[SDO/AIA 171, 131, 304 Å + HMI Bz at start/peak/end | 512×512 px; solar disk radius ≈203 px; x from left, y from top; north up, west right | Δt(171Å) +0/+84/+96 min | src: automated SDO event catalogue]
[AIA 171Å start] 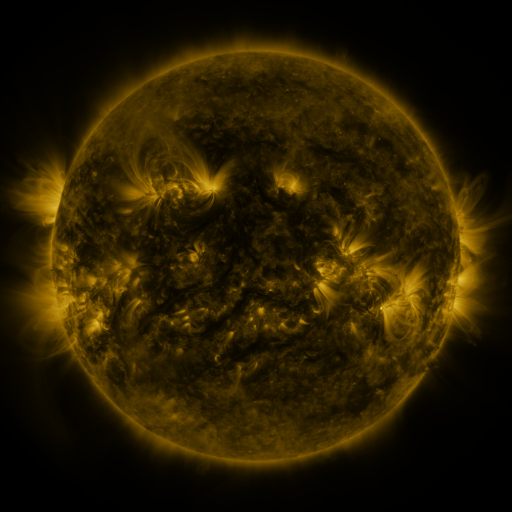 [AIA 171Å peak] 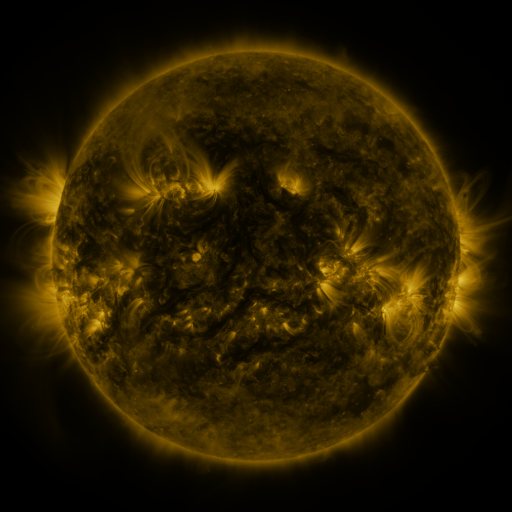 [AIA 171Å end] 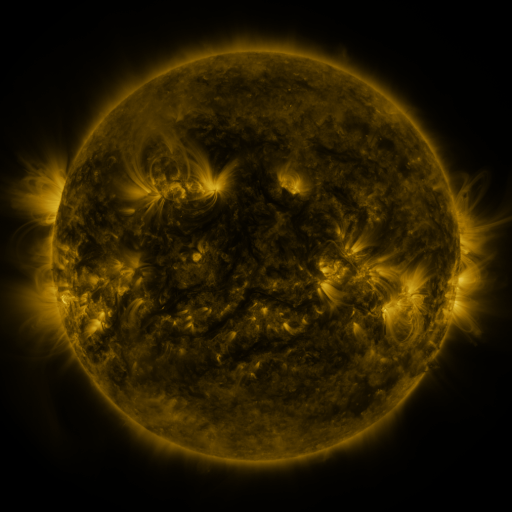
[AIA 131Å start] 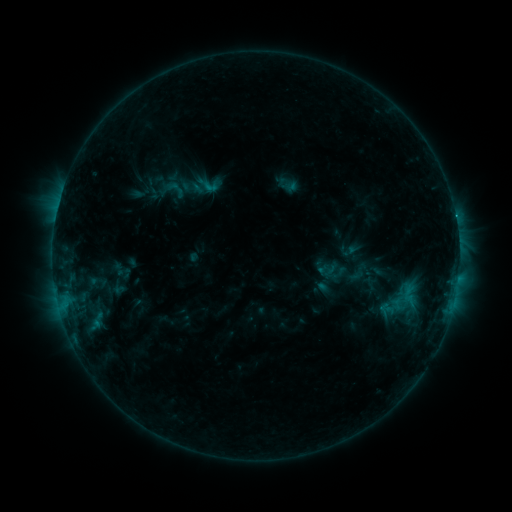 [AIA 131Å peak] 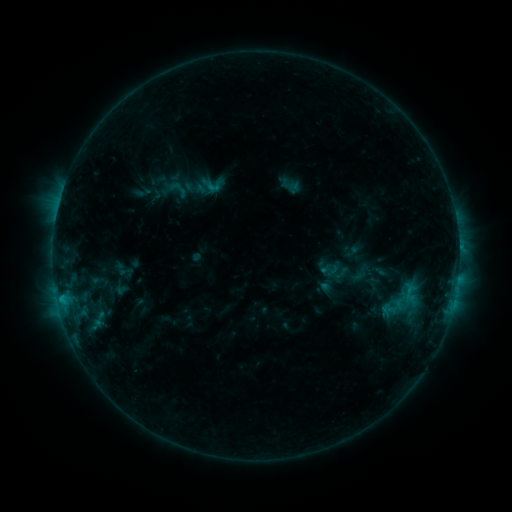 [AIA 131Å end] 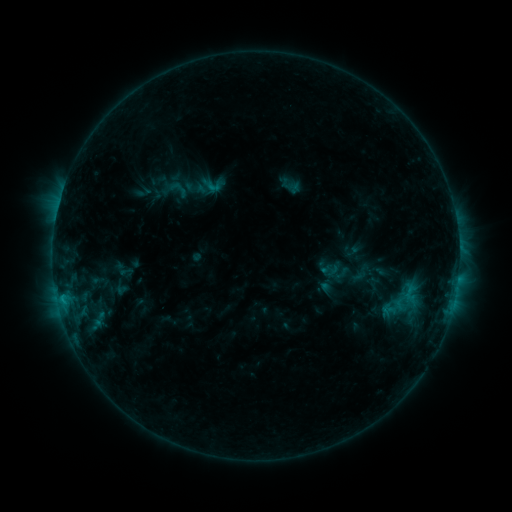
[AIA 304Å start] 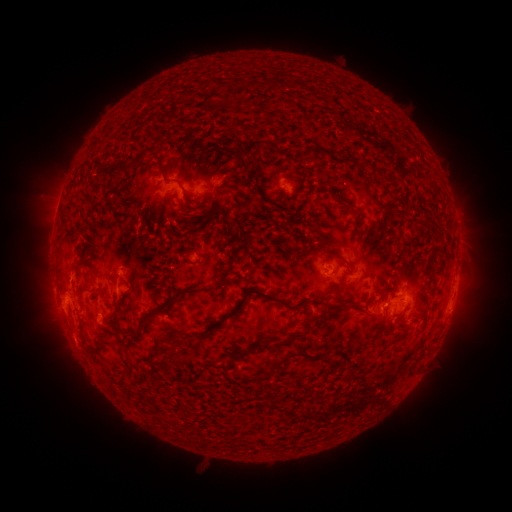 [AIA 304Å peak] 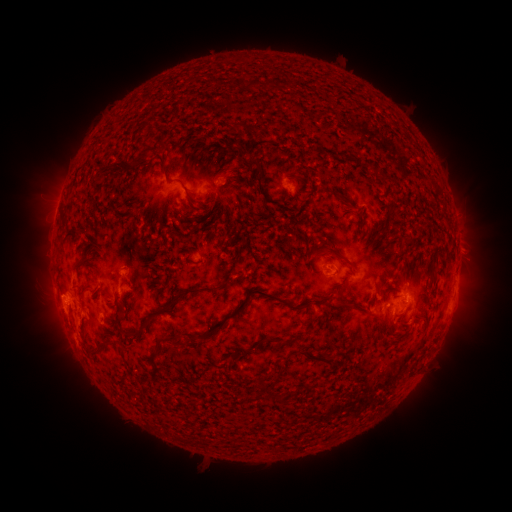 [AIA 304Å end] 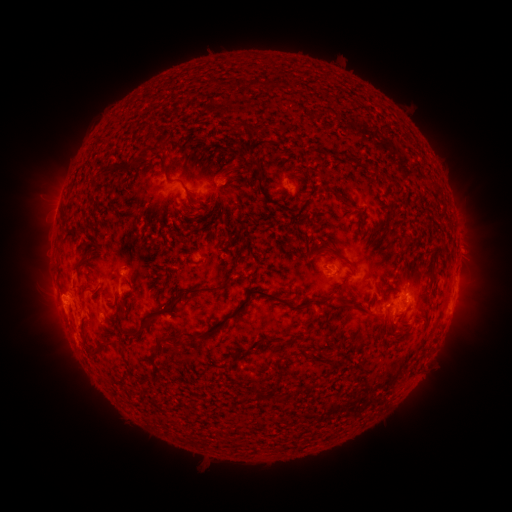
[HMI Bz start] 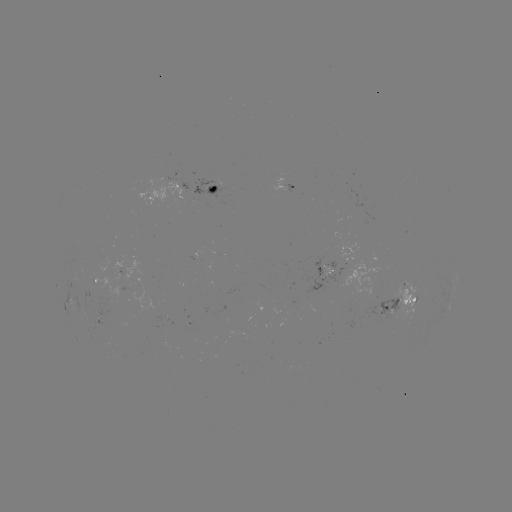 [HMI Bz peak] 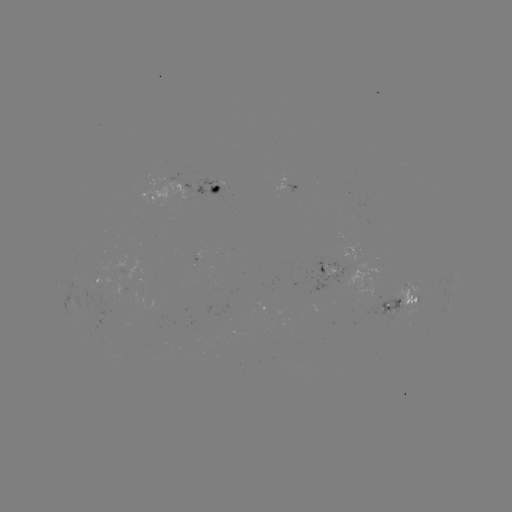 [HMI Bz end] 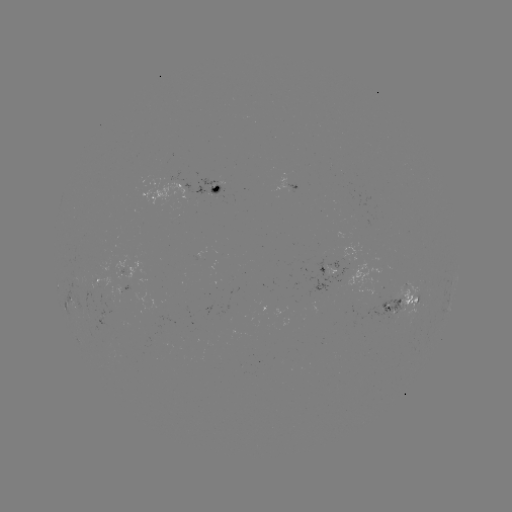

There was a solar emerging-flux region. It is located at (173, 185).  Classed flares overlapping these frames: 1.